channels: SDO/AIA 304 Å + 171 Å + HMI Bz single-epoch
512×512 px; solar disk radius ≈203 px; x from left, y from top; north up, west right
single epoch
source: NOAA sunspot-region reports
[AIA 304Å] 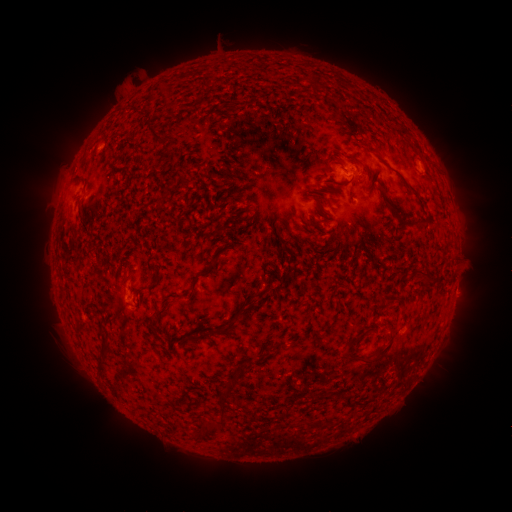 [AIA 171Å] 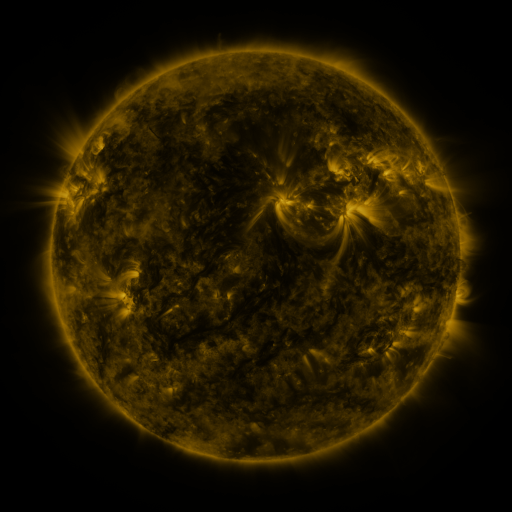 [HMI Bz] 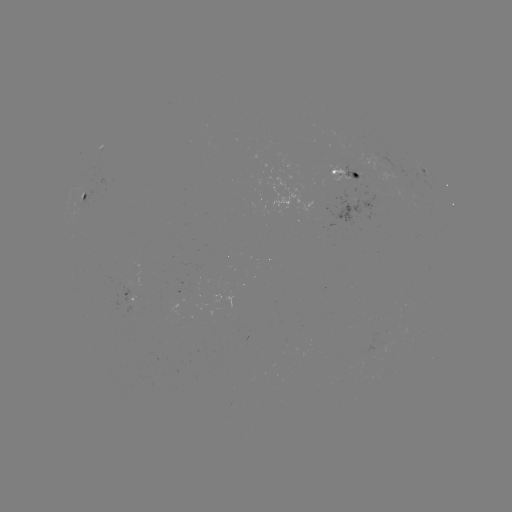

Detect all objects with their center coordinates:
spotted active region: (424, 170)
spotted active region: (347, 176)
spotted active region: (88, 194)
spotted active region: (133, 301)
